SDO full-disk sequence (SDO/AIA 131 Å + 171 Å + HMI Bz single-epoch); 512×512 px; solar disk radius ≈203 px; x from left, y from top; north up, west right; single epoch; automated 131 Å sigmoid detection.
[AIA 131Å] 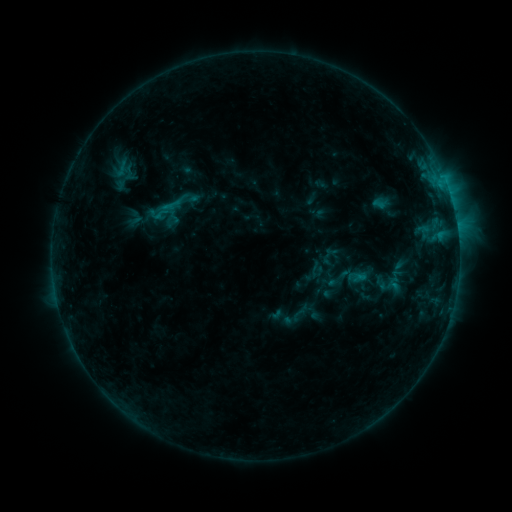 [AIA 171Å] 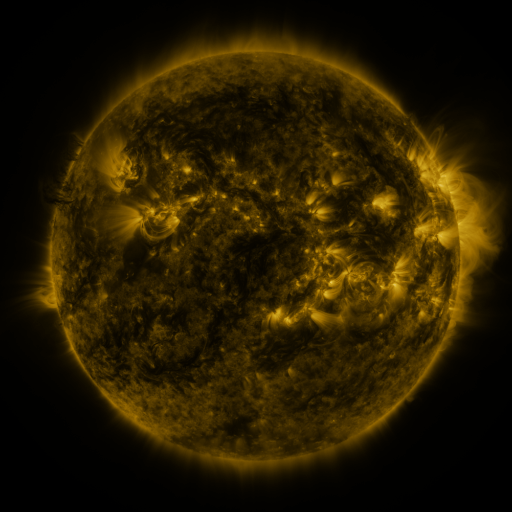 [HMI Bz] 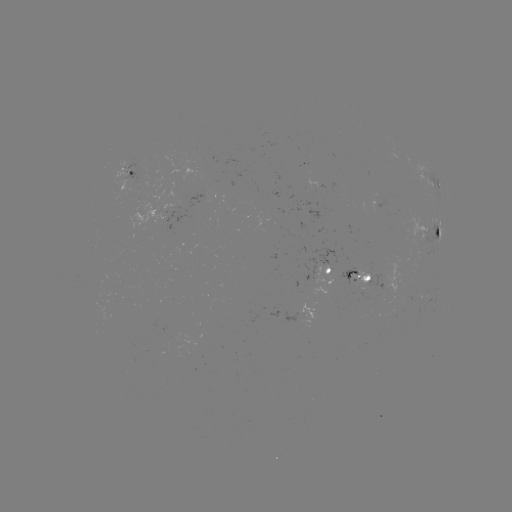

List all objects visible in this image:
sigmoid: <bbox>148, 181, 196, 229</bbox>
